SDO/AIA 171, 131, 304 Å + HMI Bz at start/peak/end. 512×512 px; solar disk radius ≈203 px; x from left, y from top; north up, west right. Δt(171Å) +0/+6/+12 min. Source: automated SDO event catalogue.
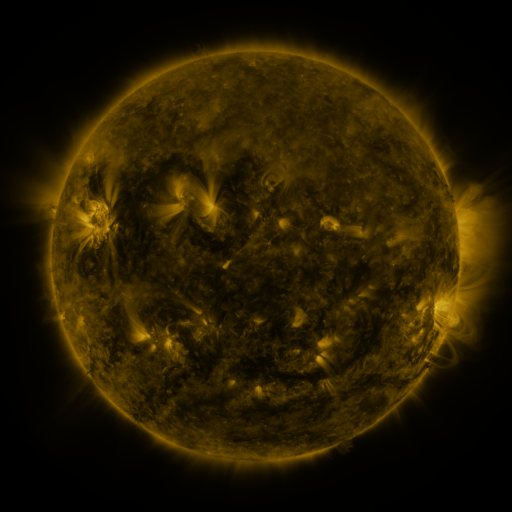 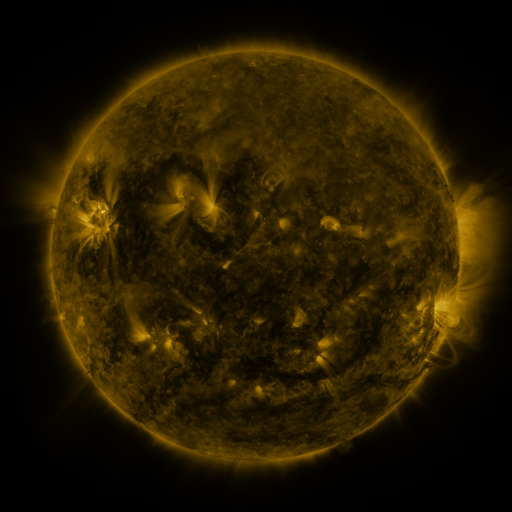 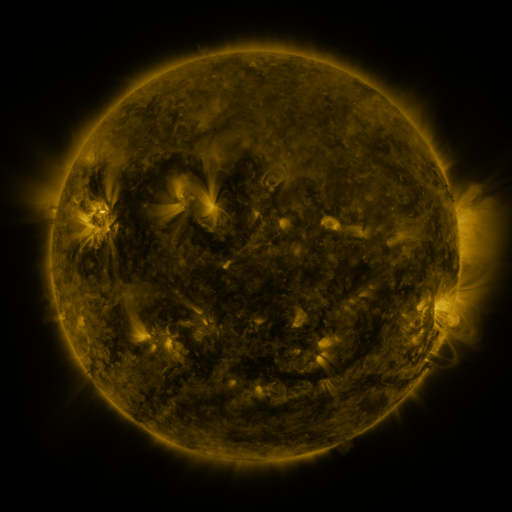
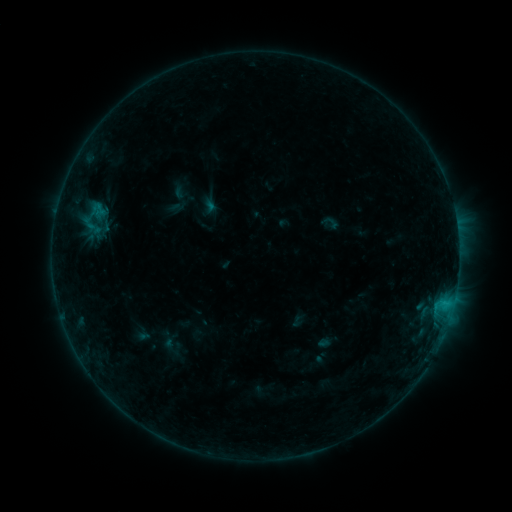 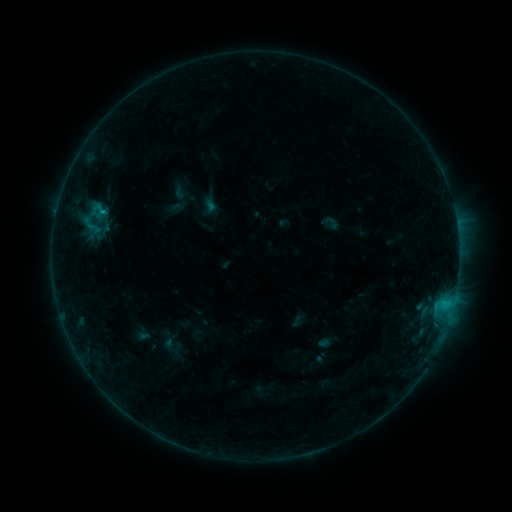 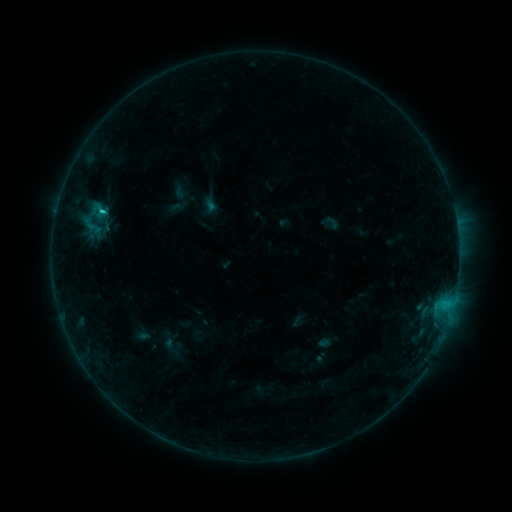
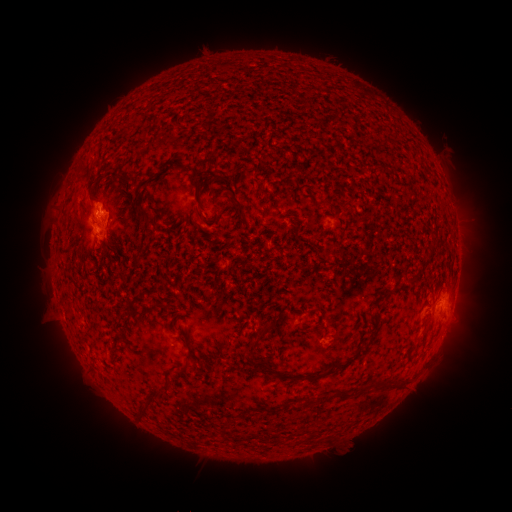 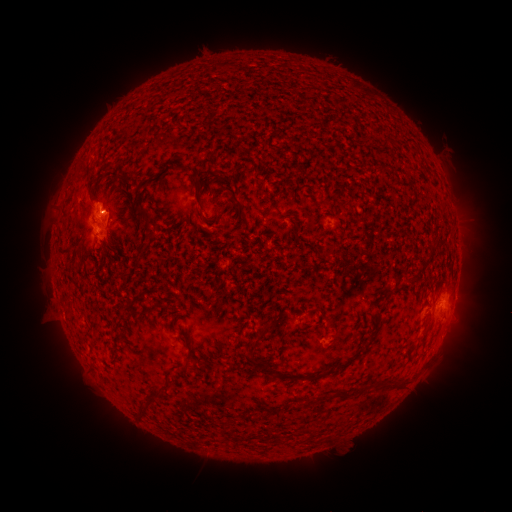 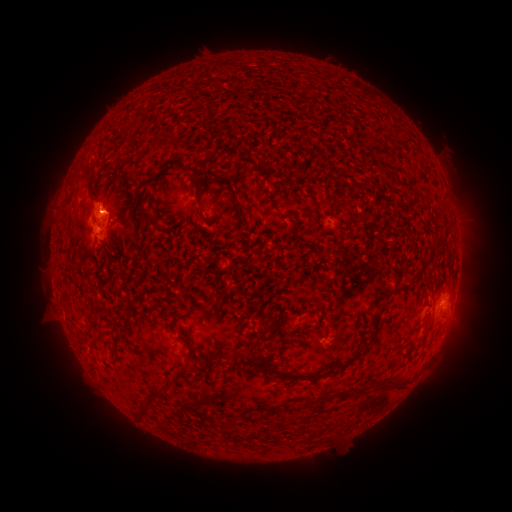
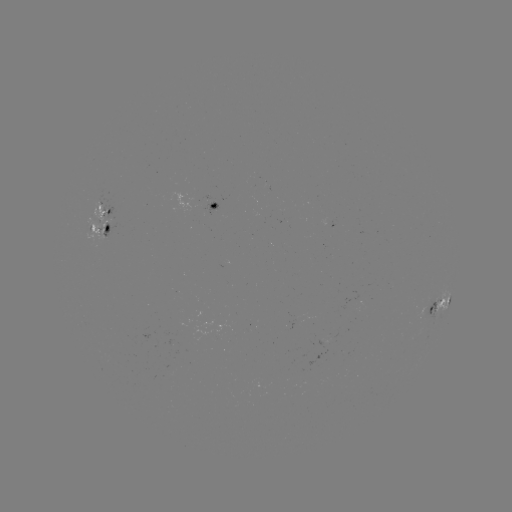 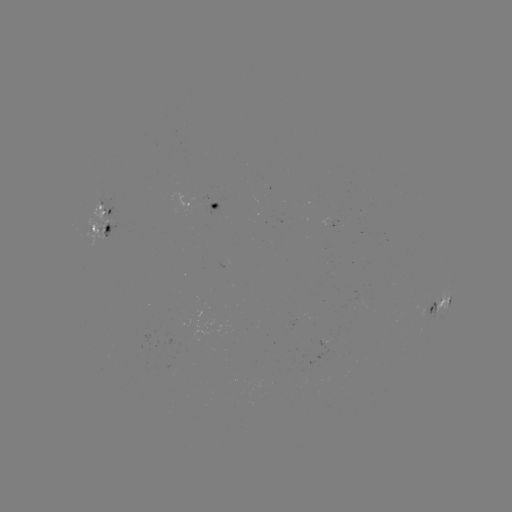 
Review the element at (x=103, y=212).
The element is C1.5 flare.